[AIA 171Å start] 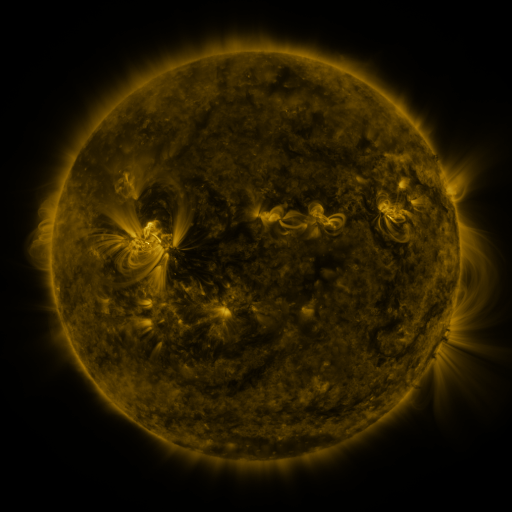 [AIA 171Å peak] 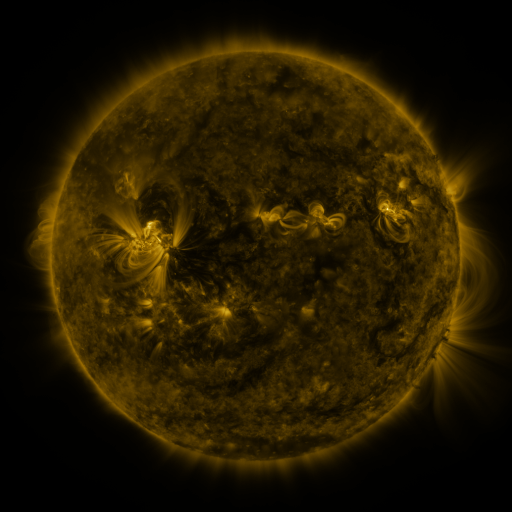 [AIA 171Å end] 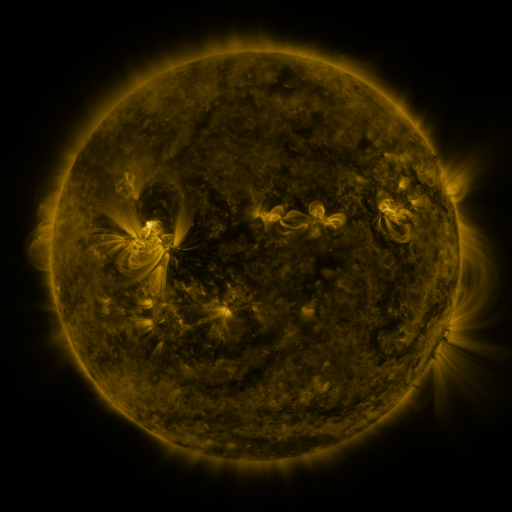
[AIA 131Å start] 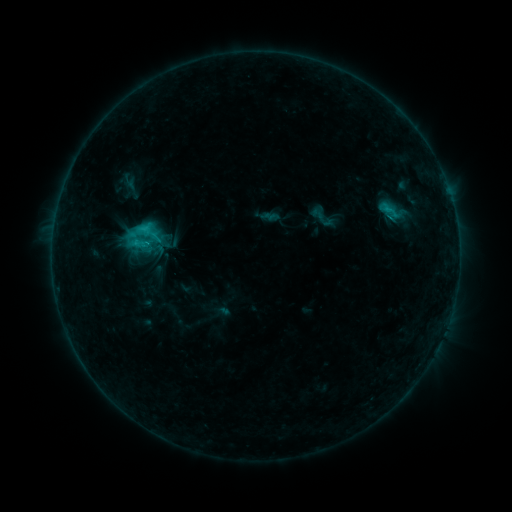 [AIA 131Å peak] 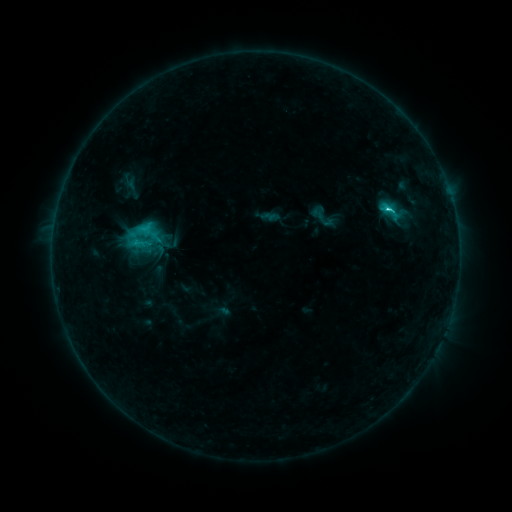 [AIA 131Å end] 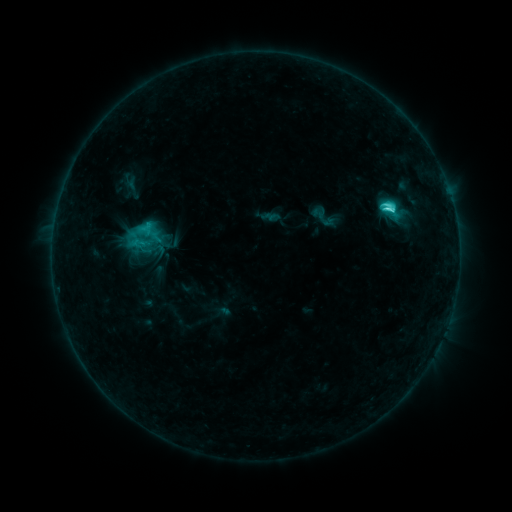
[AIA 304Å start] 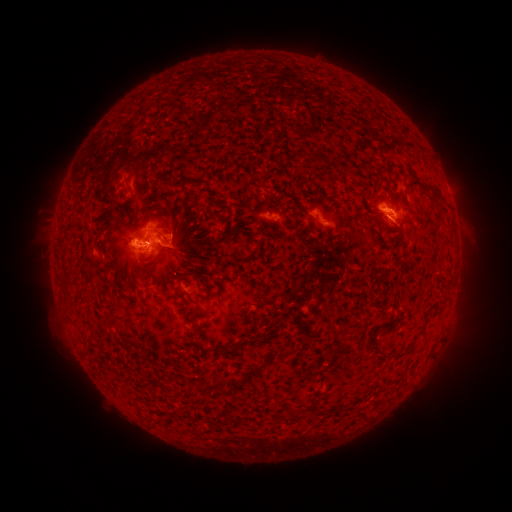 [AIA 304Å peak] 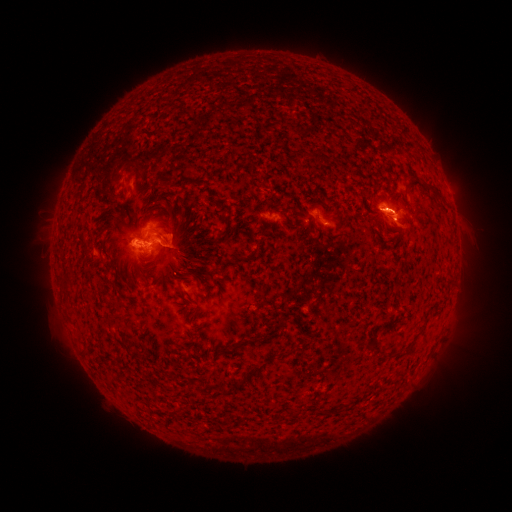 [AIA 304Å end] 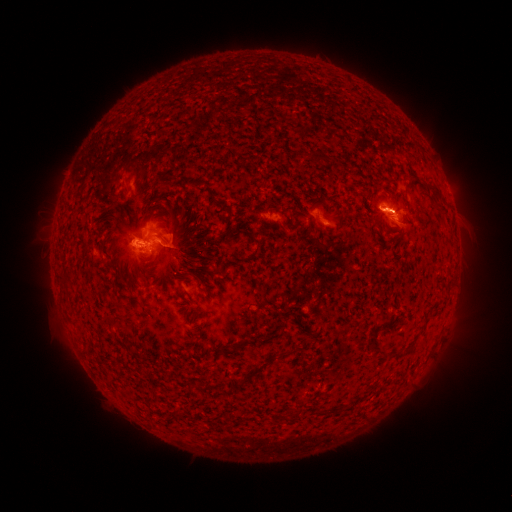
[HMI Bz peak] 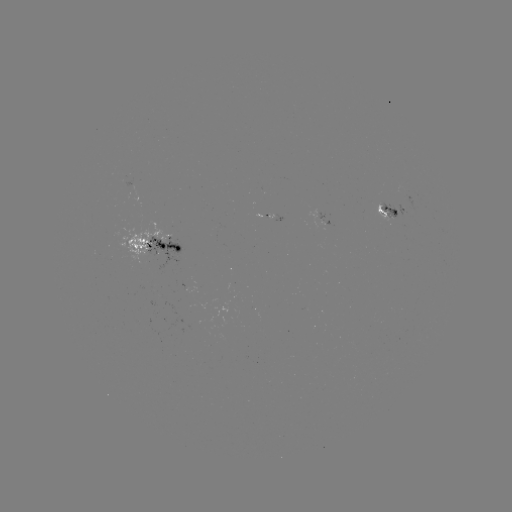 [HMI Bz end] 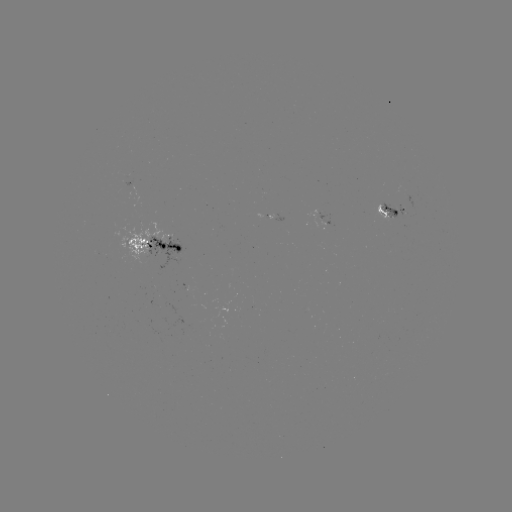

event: flare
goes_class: C6.3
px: (387, 210)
